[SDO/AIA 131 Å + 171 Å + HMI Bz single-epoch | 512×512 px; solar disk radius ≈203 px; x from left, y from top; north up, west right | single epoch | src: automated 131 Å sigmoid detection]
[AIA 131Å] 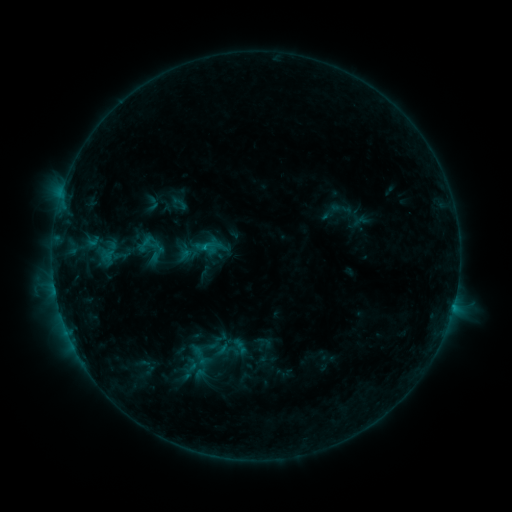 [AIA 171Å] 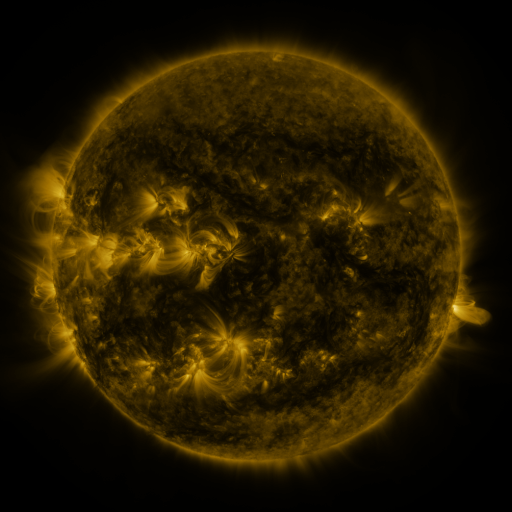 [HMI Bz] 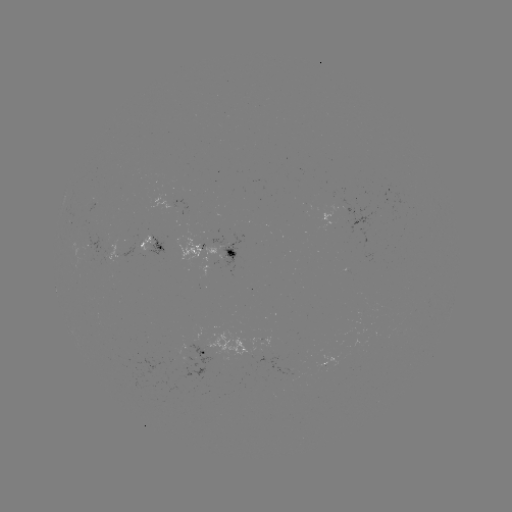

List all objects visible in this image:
sigmoid: <bbox>170, 193, 189, 214</bbox>
sigmoid: <bbox>144, 194, 161, 213</bbox>
